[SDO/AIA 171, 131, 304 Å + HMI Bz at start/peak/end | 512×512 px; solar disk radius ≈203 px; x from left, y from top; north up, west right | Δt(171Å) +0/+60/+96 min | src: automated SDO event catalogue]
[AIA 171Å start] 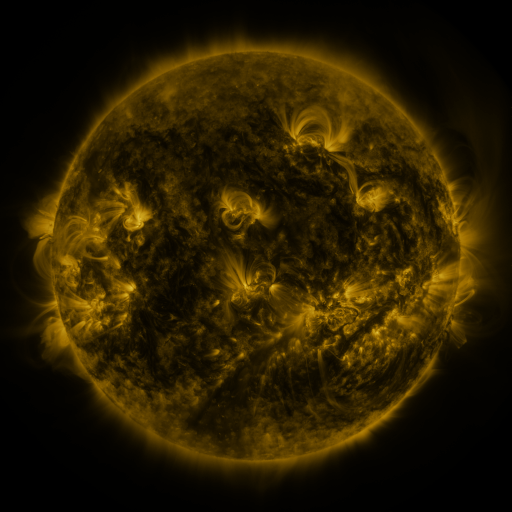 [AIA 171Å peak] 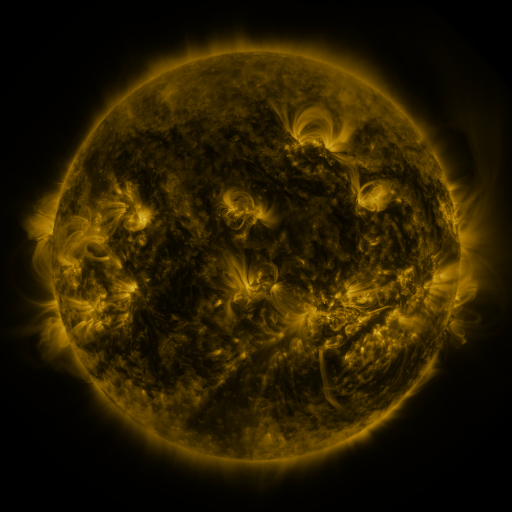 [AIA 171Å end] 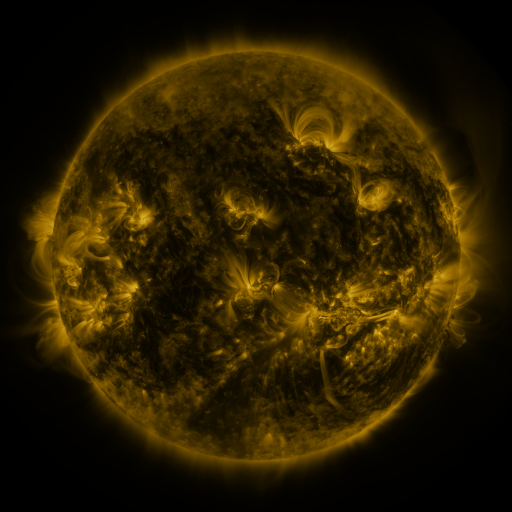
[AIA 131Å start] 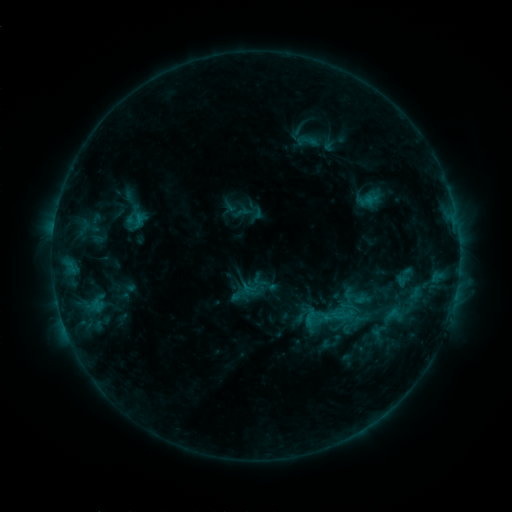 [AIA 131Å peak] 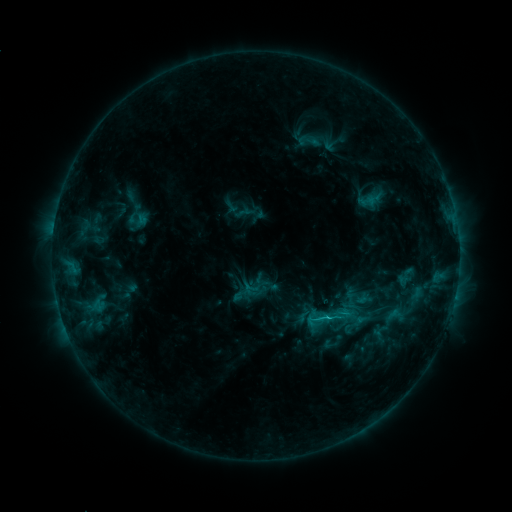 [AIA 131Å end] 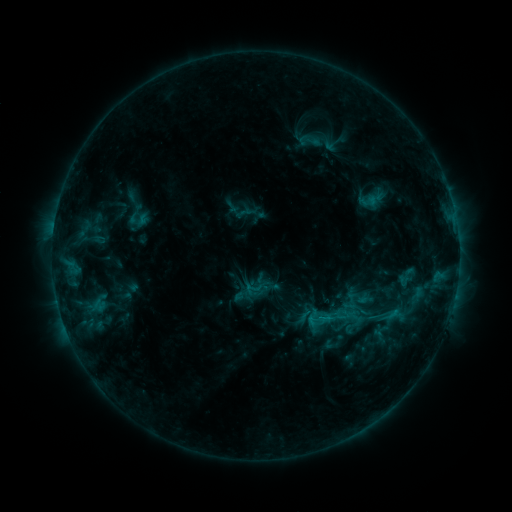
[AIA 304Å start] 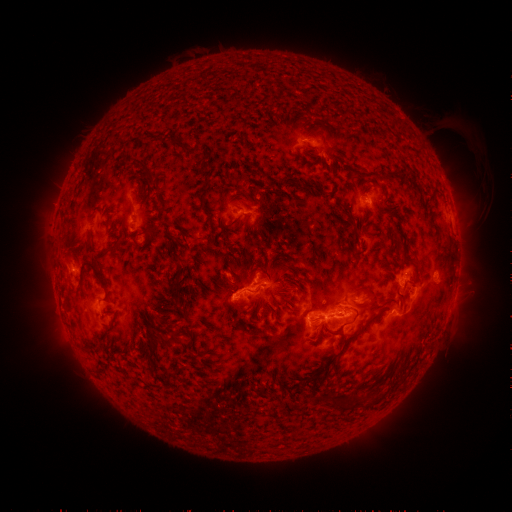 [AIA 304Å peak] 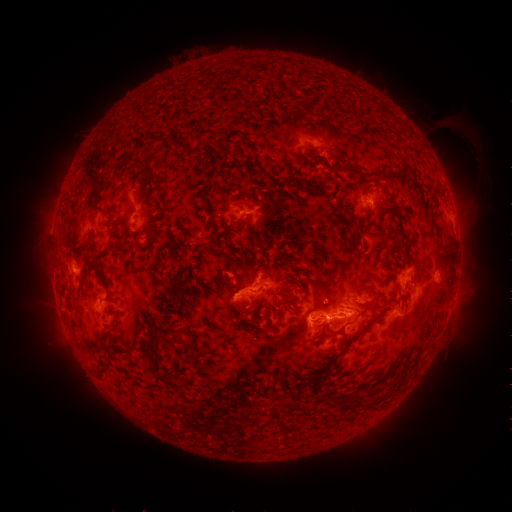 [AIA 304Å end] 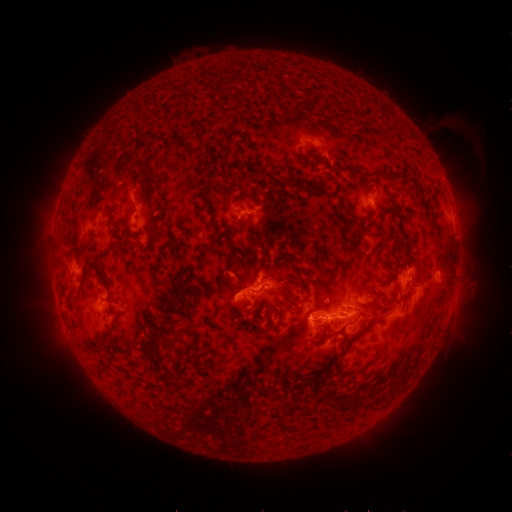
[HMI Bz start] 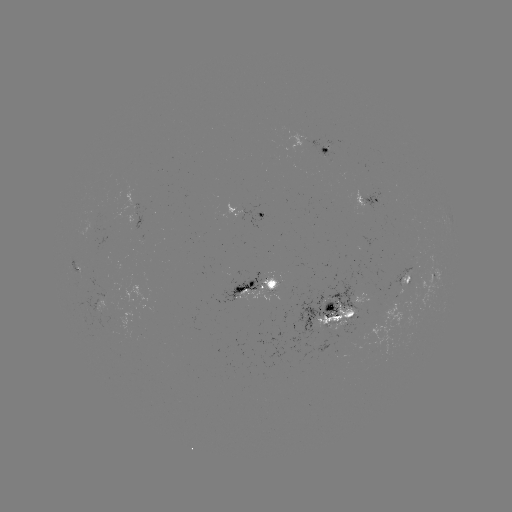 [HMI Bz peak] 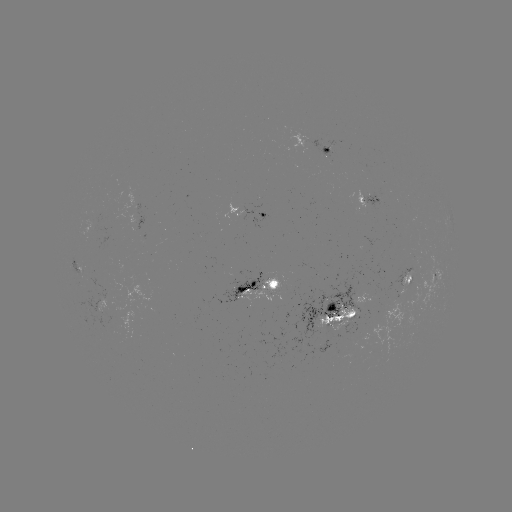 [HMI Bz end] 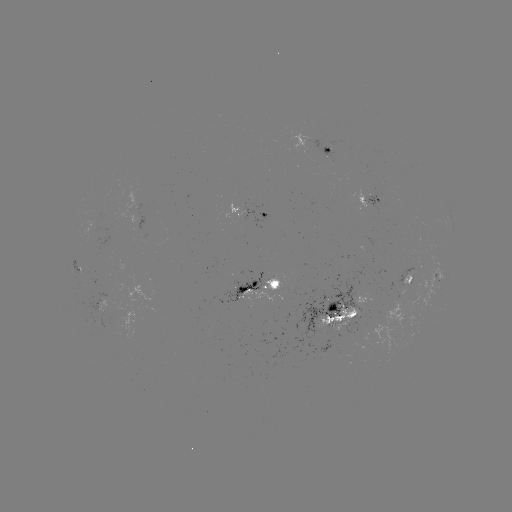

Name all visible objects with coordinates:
emerging-flux region: (324, 153)
